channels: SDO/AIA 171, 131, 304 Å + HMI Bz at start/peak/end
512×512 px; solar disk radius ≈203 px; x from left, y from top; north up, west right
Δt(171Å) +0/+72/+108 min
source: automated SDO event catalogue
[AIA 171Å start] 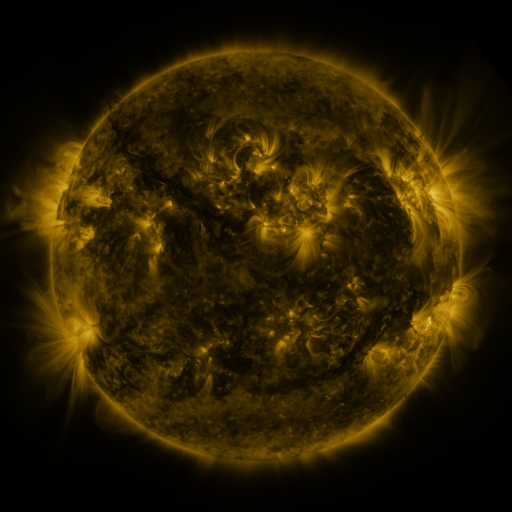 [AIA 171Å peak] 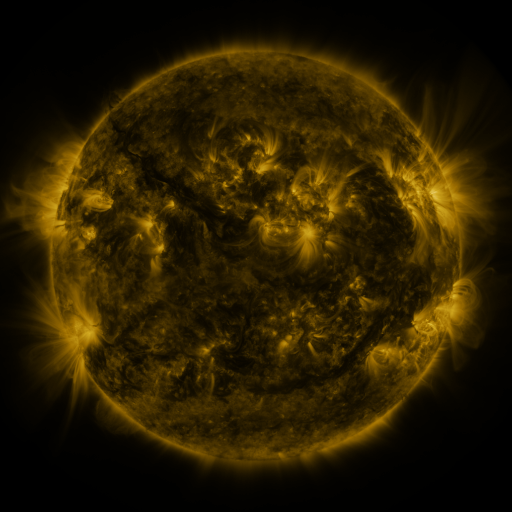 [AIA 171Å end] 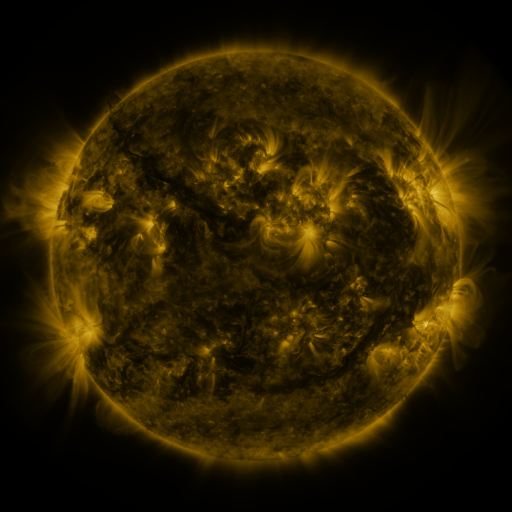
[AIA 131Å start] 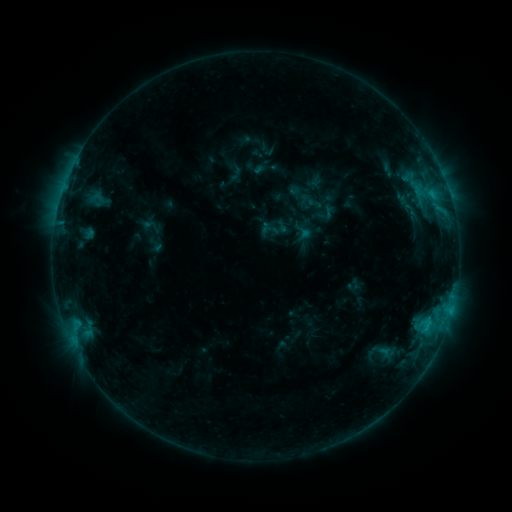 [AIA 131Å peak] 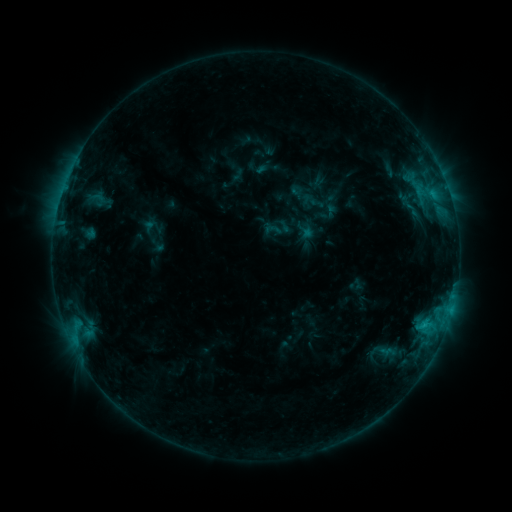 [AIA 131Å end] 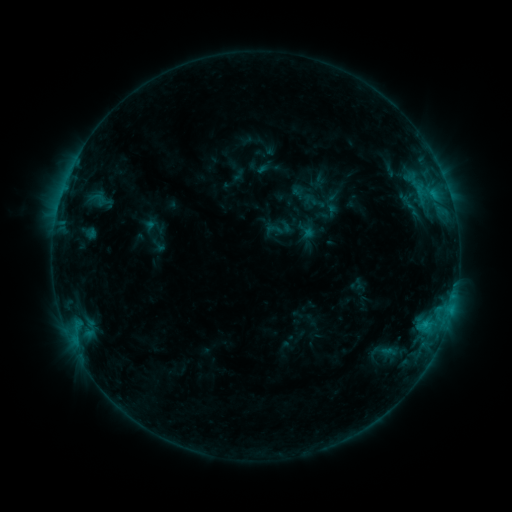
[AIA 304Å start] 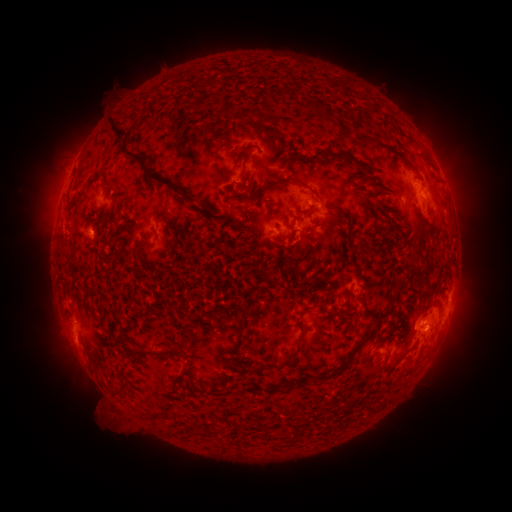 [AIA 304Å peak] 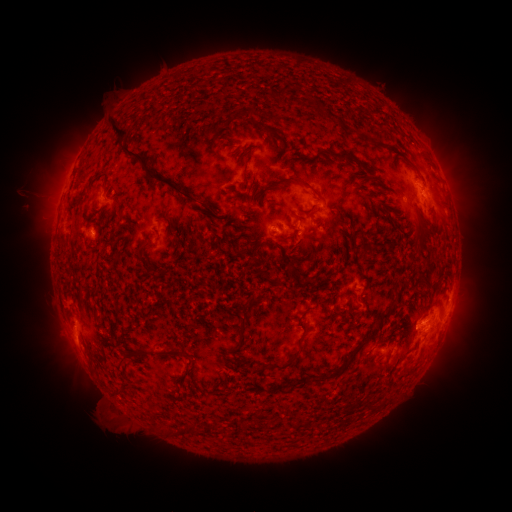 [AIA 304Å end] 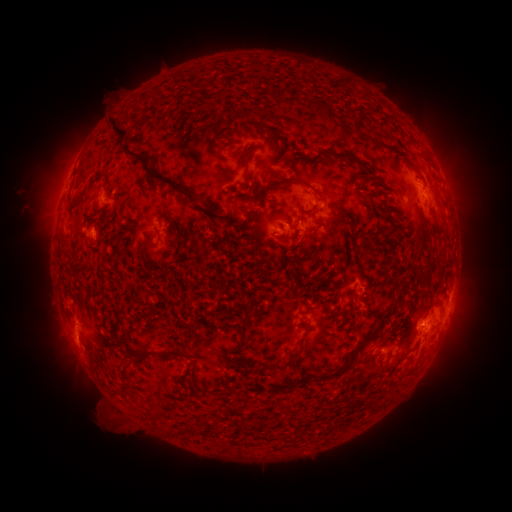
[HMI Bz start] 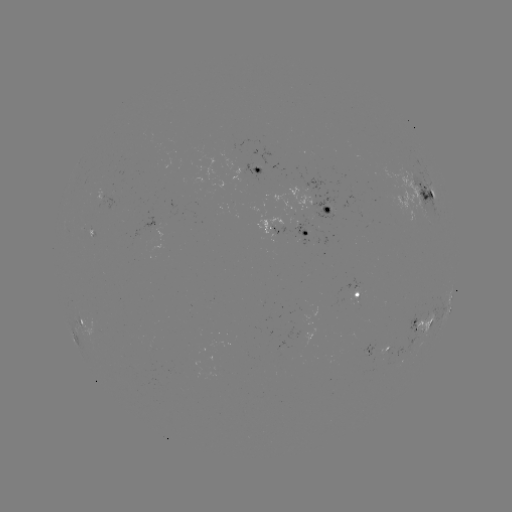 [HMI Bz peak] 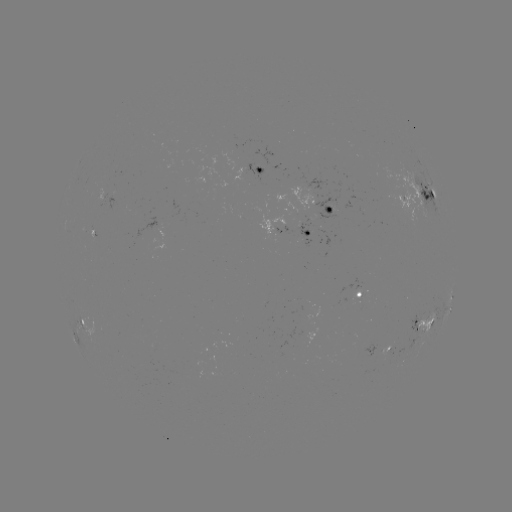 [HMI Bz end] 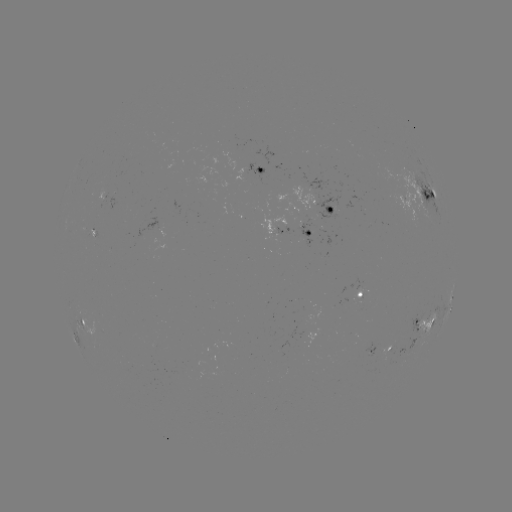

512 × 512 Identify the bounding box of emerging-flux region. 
[86, 230, 94, 243].